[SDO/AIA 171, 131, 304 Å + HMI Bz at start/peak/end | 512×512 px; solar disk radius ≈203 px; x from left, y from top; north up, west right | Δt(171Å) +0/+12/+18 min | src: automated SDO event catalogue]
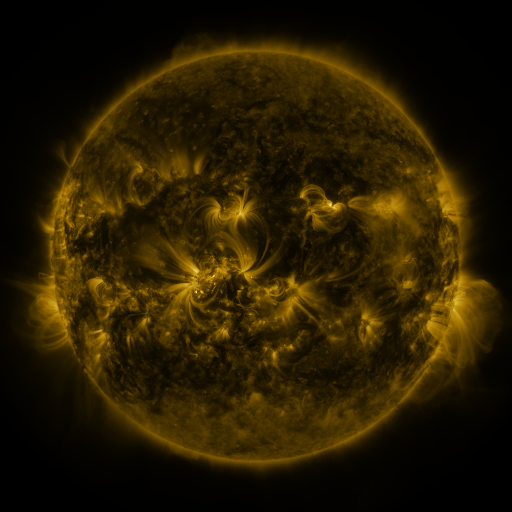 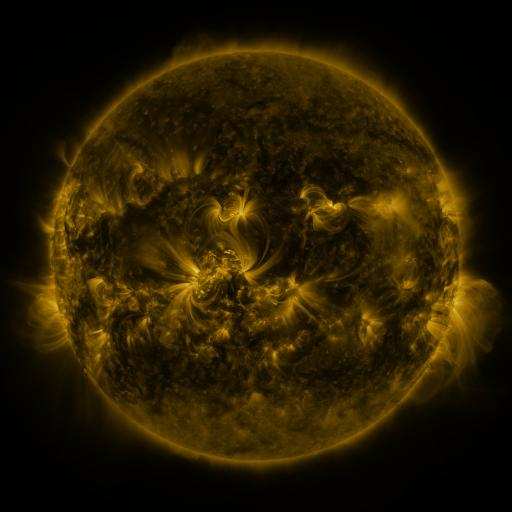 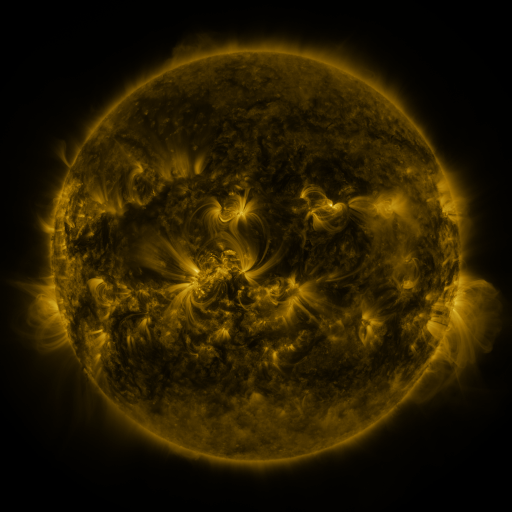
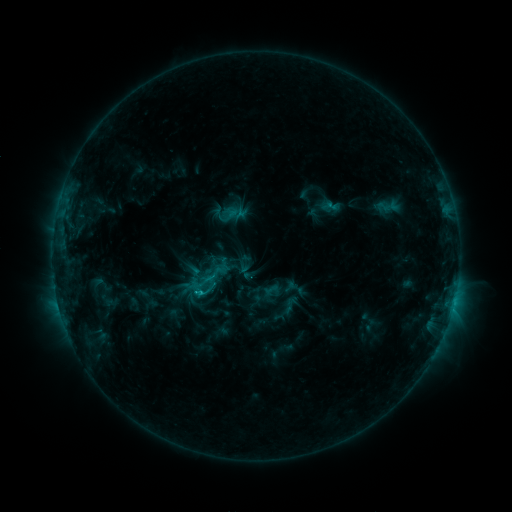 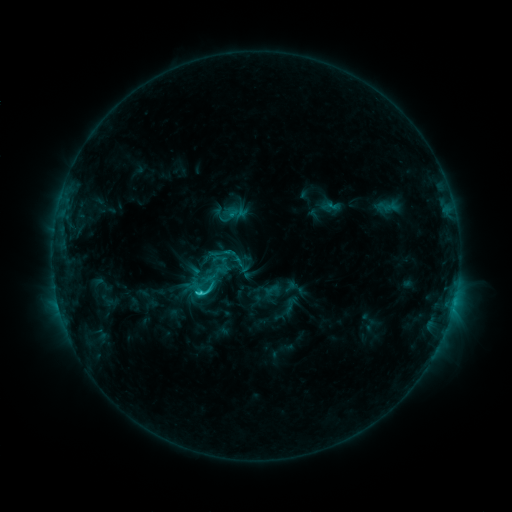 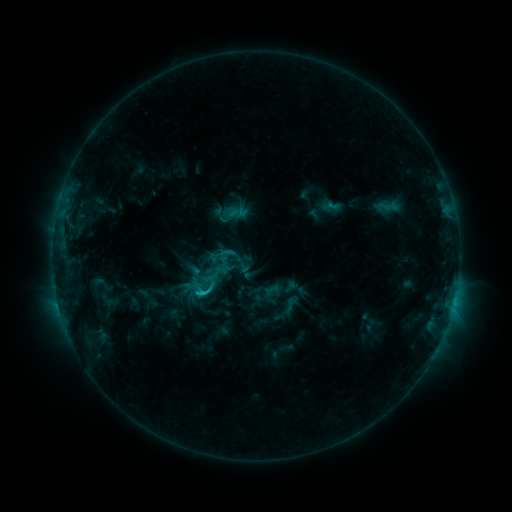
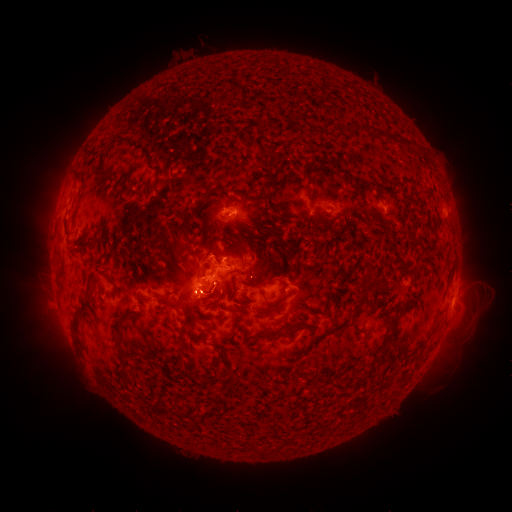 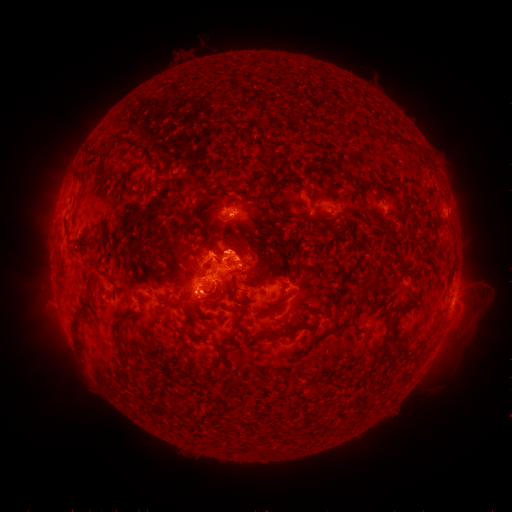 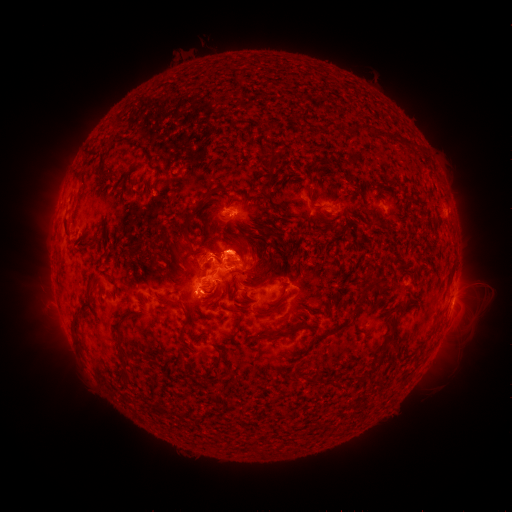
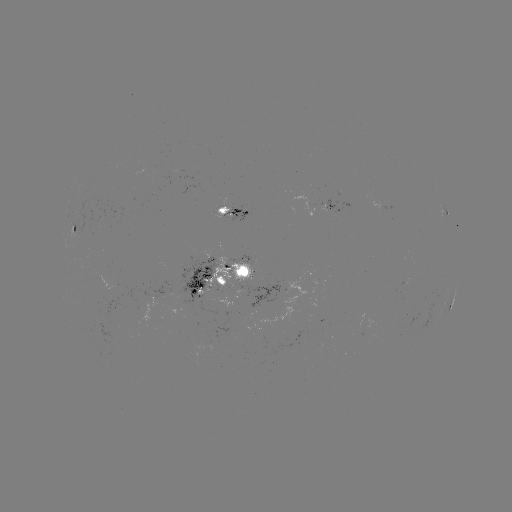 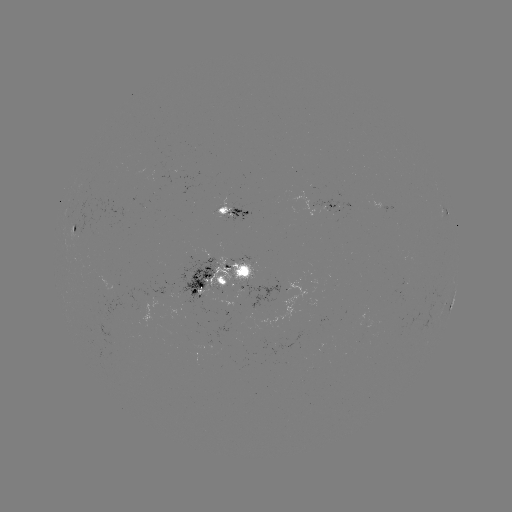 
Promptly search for C2.4 flare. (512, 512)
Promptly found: [201, 292].